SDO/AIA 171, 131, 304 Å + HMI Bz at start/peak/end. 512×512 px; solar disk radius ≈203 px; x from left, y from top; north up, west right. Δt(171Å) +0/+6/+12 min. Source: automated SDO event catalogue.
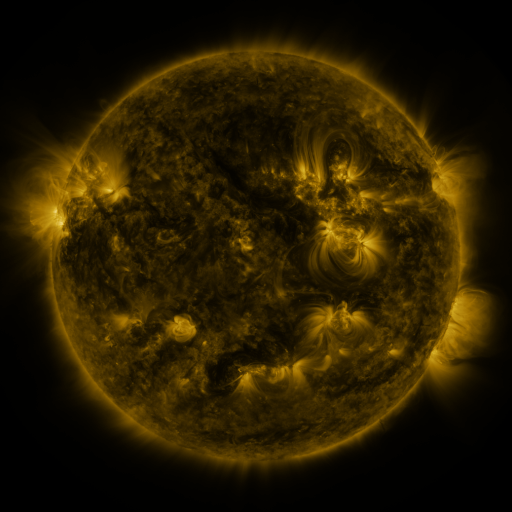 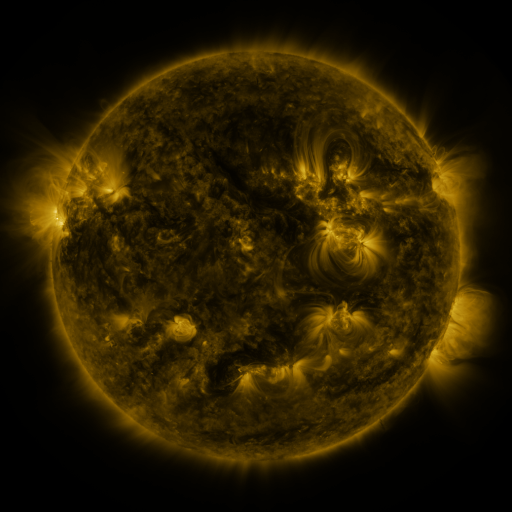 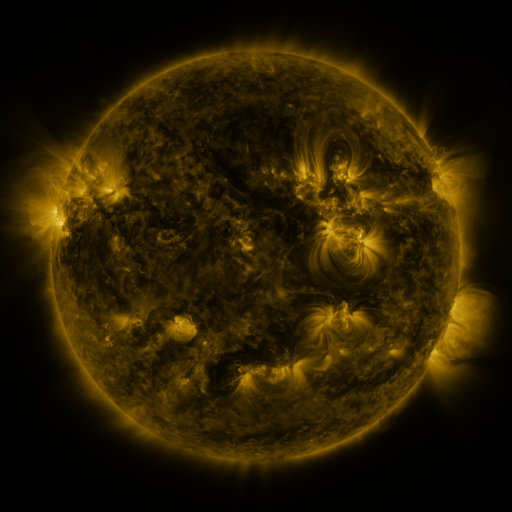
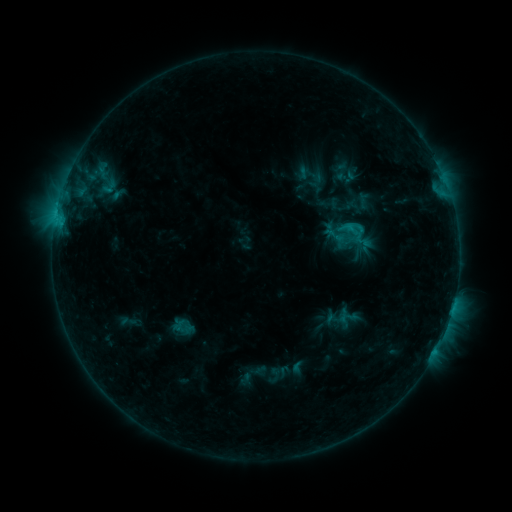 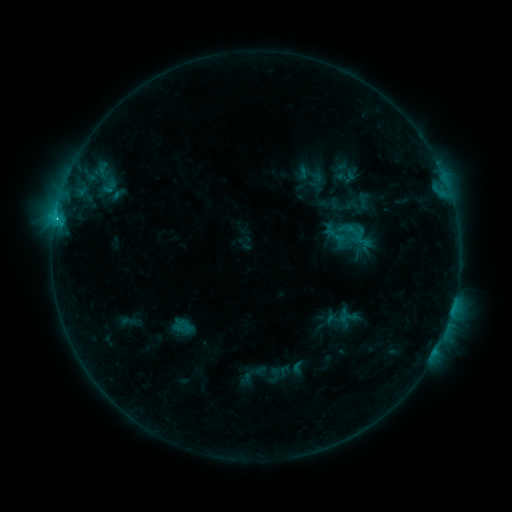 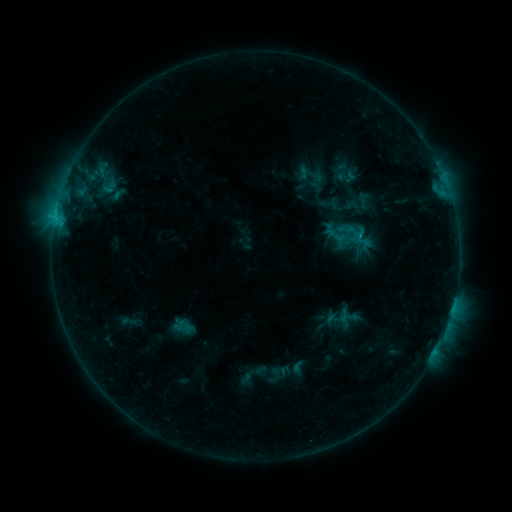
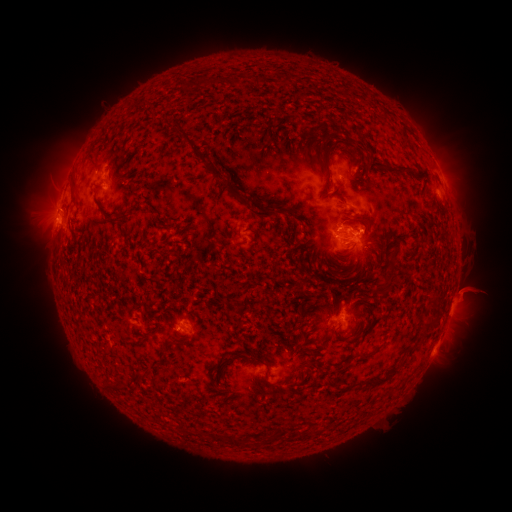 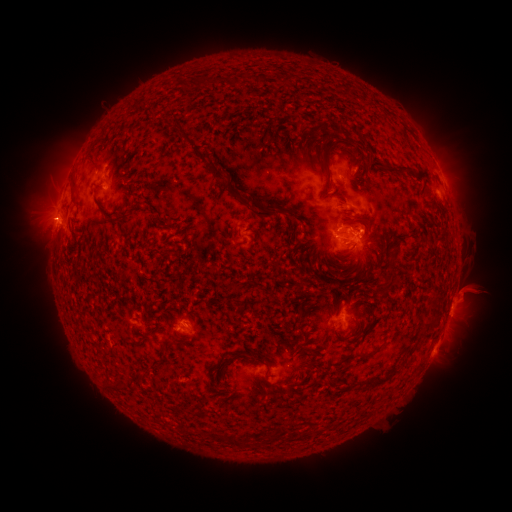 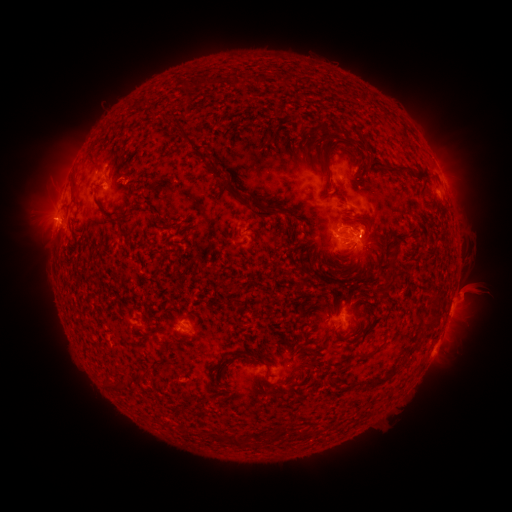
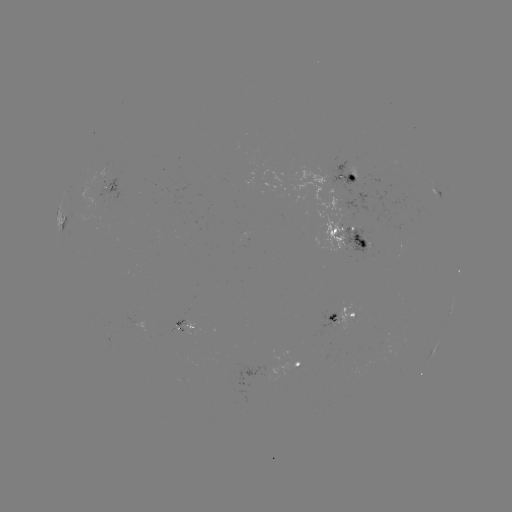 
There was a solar flare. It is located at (55, 221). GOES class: C1.8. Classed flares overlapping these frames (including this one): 2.